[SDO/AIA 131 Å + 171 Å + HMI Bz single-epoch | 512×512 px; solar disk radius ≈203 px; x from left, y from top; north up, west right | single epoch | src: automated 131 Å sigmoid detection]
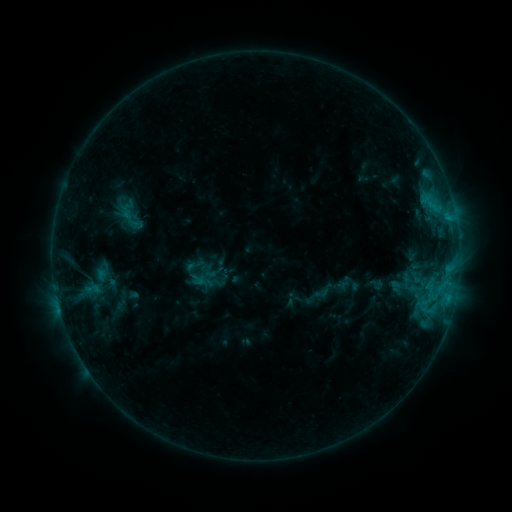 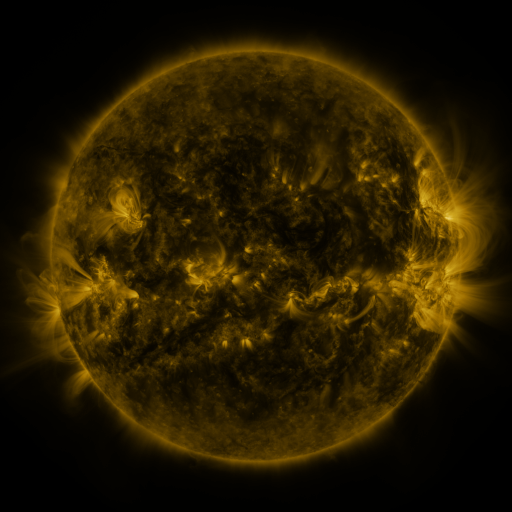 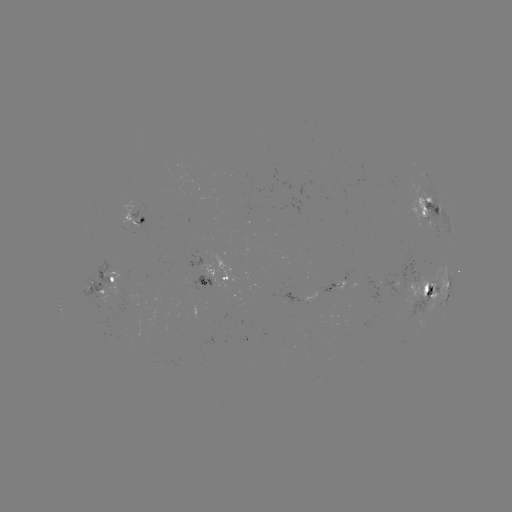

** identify sigmoid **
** (198, 280) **